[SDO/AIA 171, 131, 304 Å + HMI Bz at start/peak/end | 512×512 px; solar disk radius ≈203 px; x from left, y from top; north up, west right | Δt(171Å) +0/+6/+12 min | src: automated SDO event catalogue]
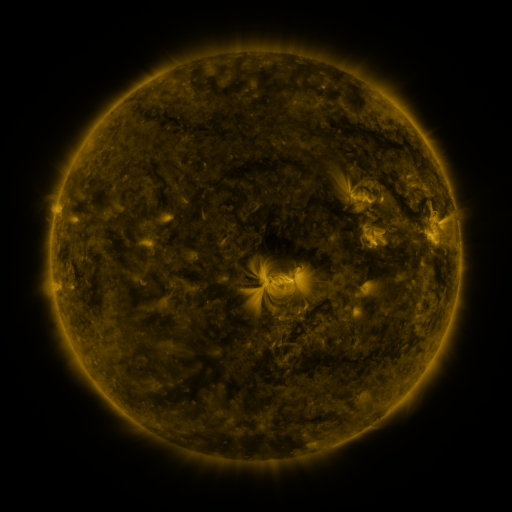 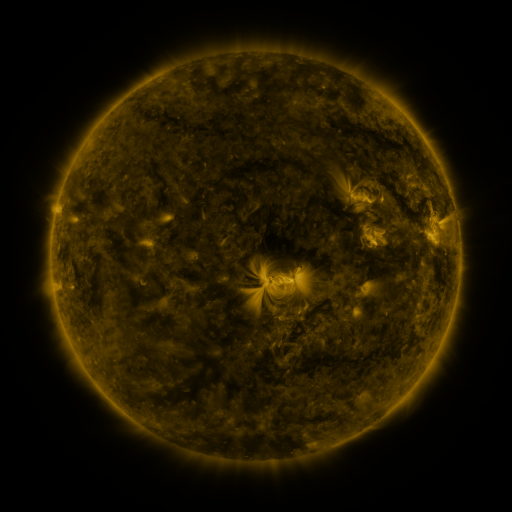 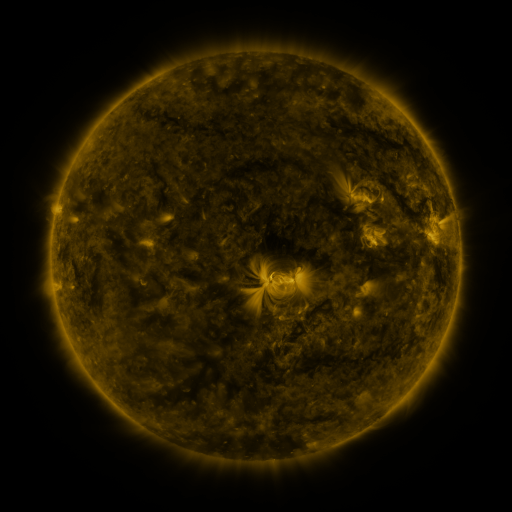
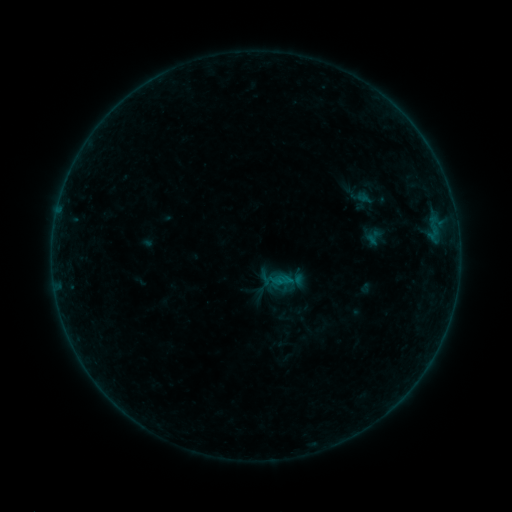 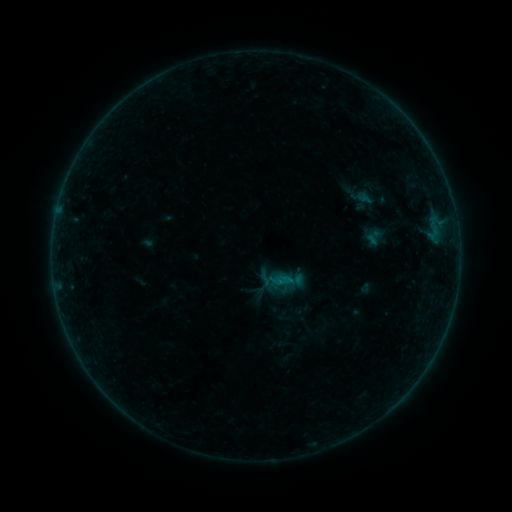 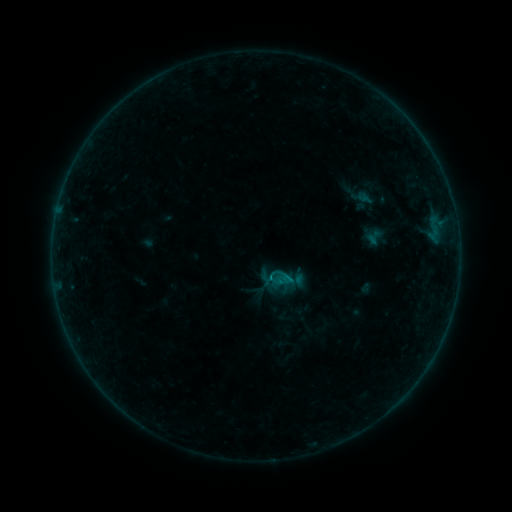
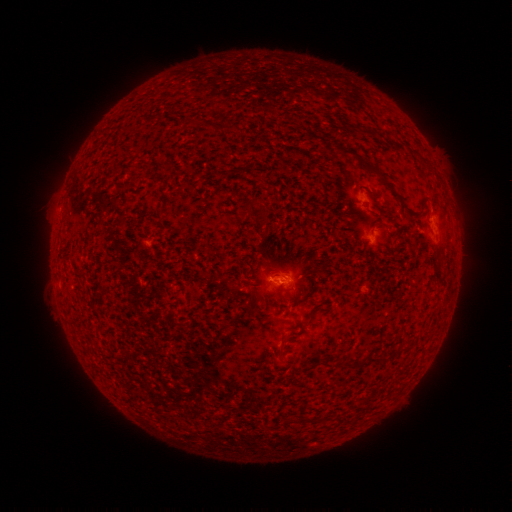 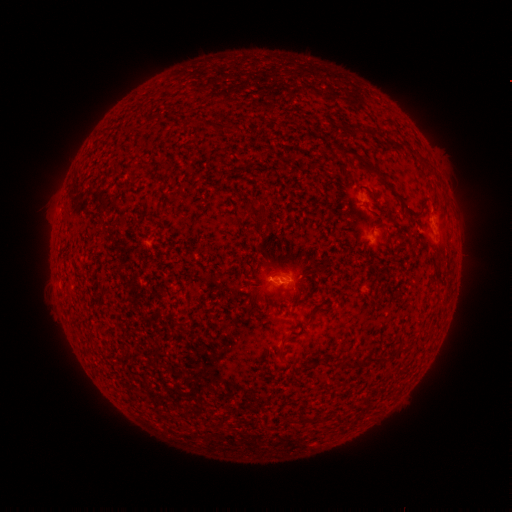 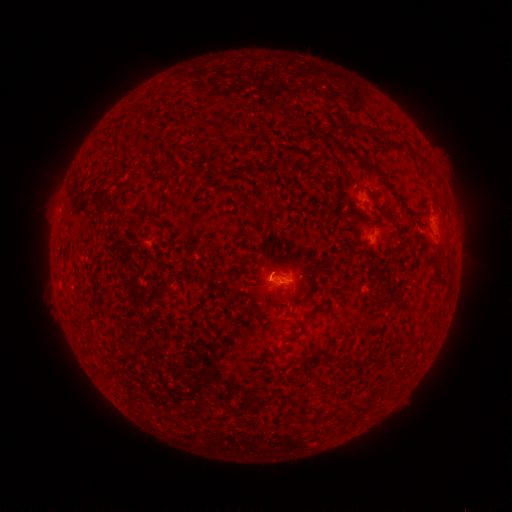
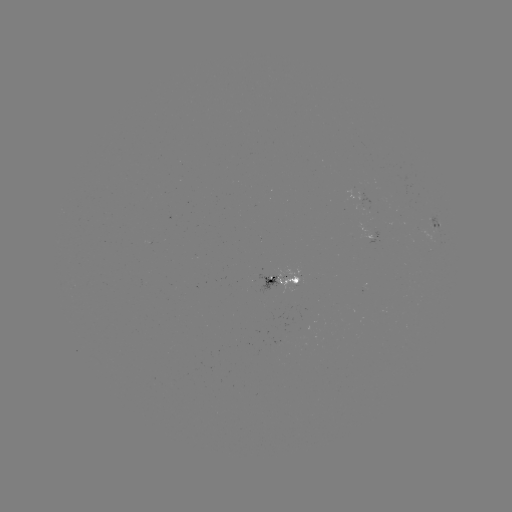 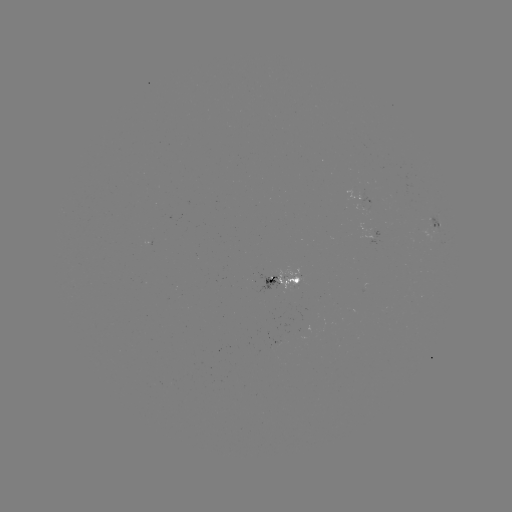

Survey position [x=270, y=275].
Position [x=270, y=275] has B4.2 flare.